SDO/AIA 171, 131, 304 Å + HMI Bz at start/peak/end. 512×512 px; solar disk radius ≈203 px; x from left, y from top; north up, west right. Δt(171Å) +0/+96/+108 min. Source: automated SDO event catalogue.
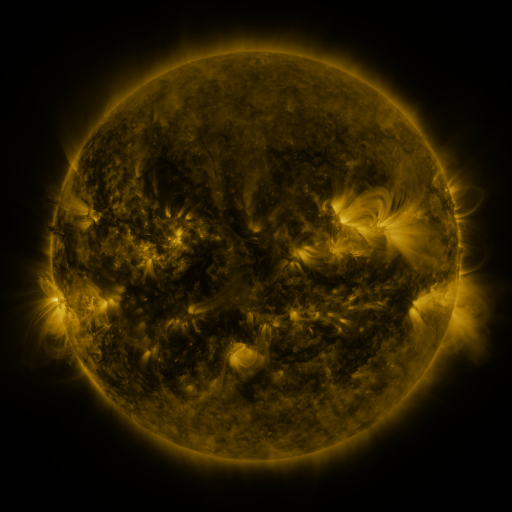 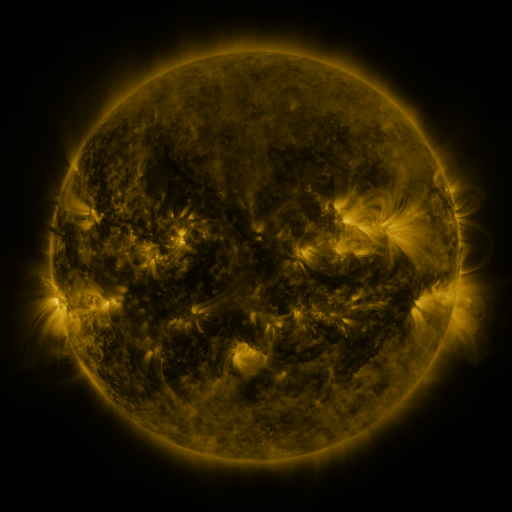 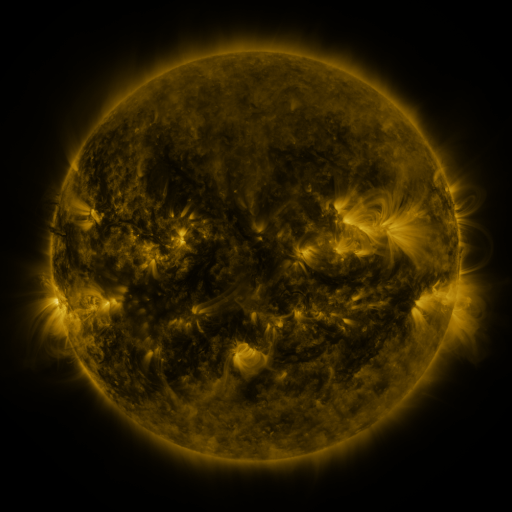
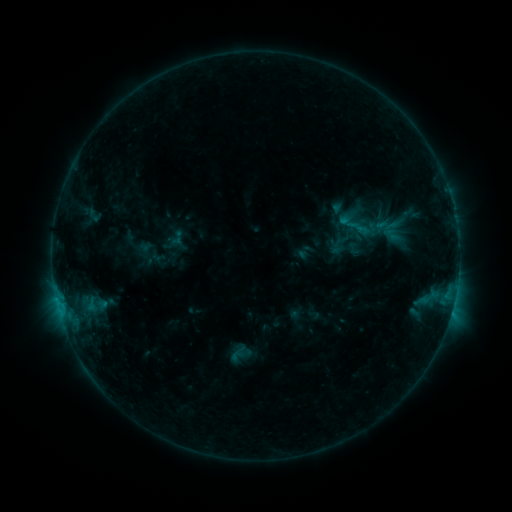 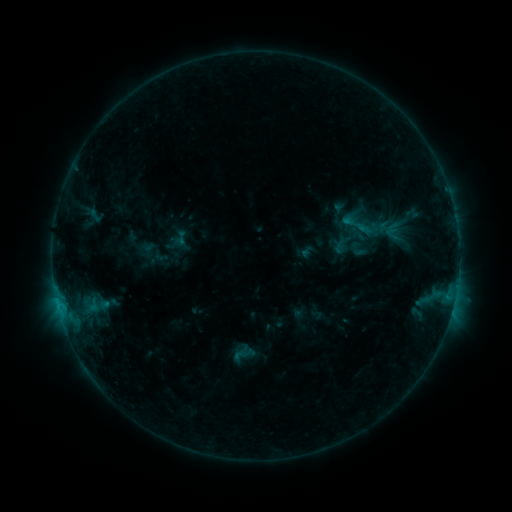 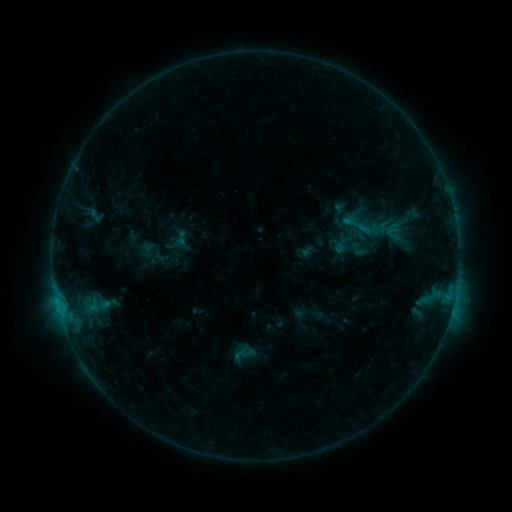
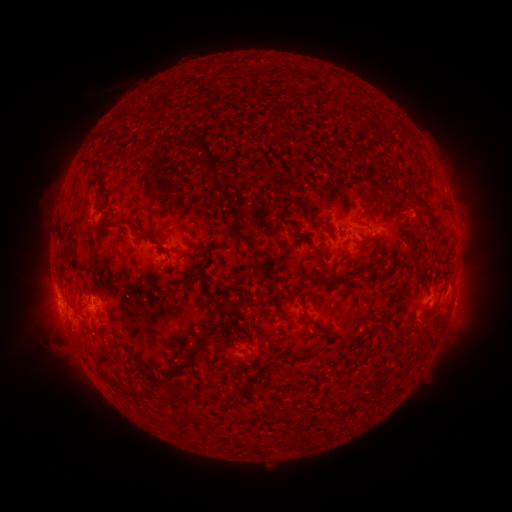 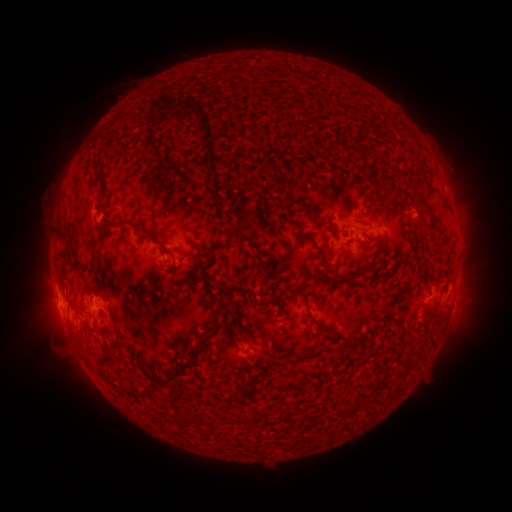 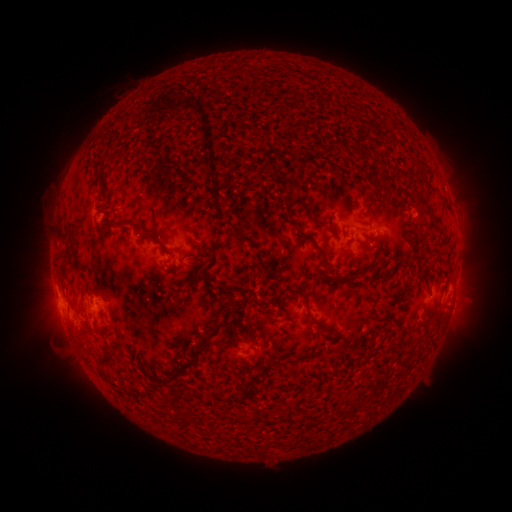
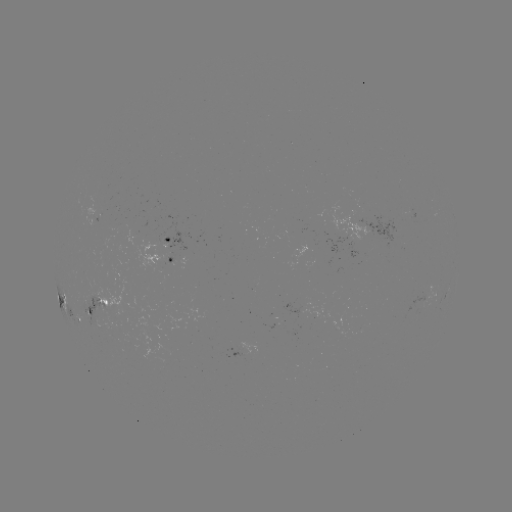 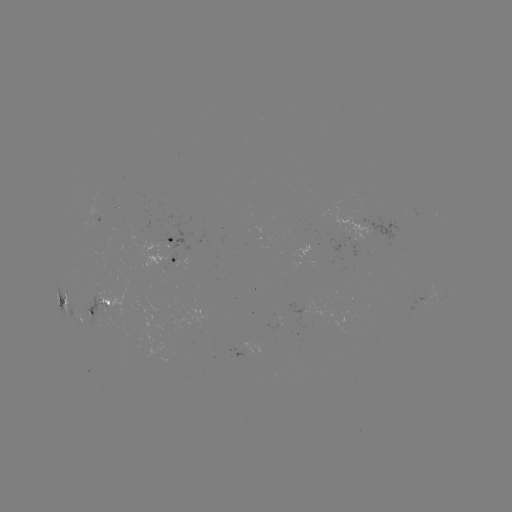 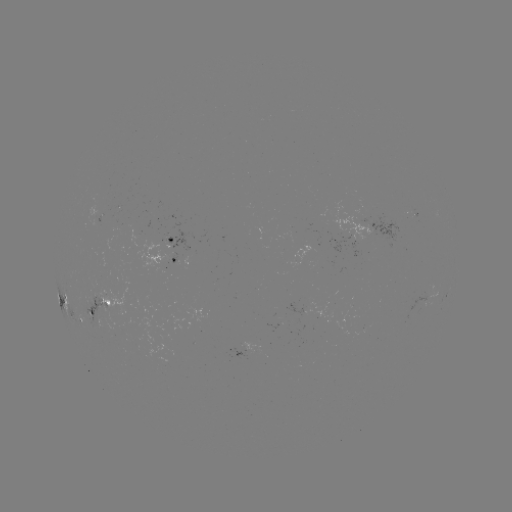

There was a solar emerging-flux region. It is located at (109, 226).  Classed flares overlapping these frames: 1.